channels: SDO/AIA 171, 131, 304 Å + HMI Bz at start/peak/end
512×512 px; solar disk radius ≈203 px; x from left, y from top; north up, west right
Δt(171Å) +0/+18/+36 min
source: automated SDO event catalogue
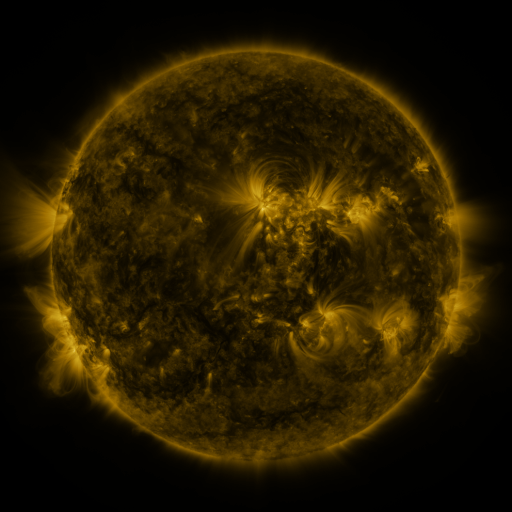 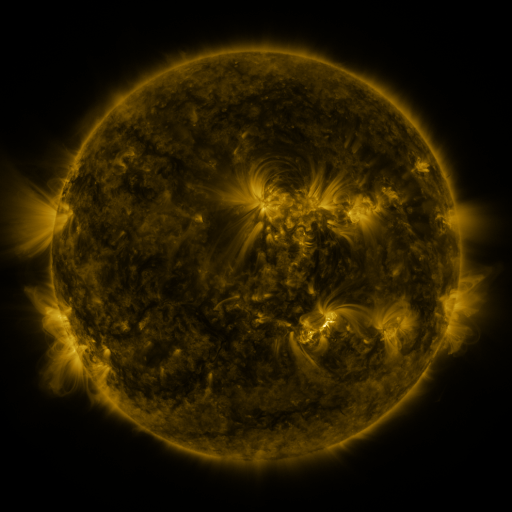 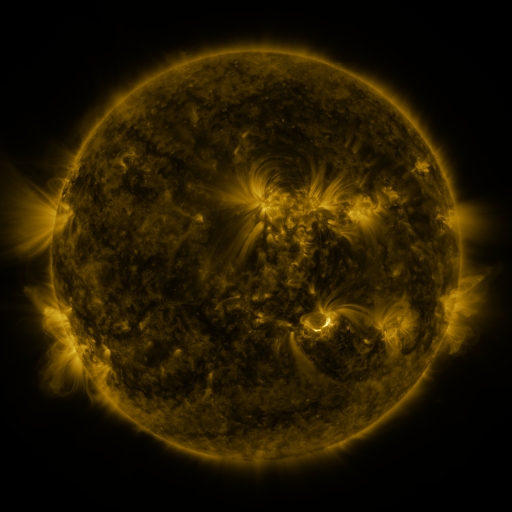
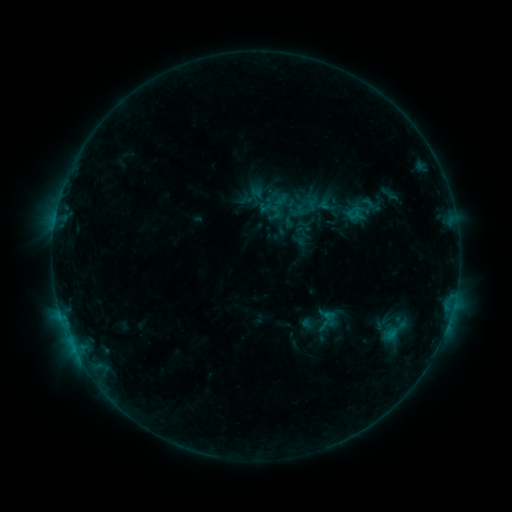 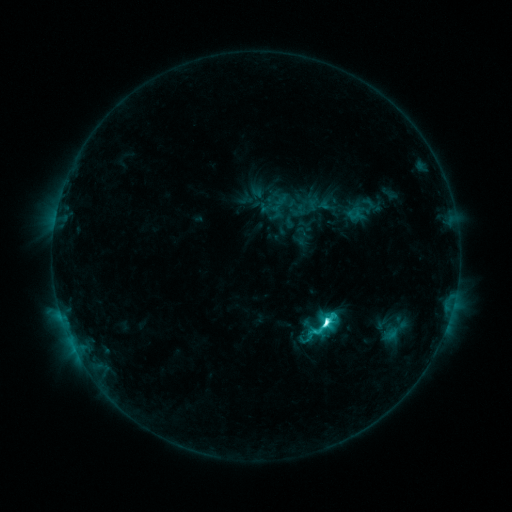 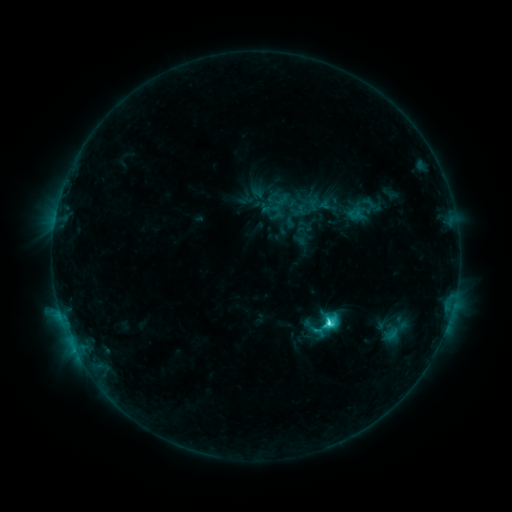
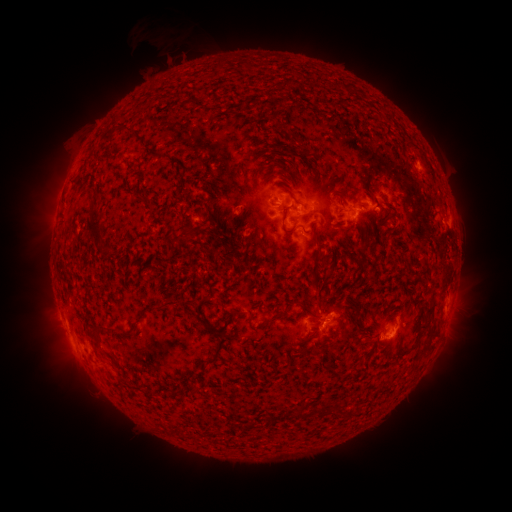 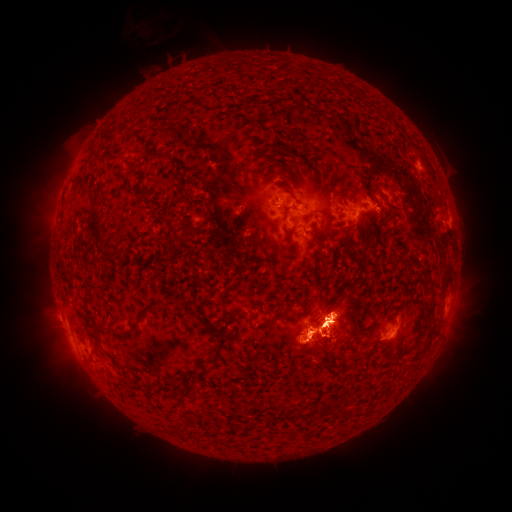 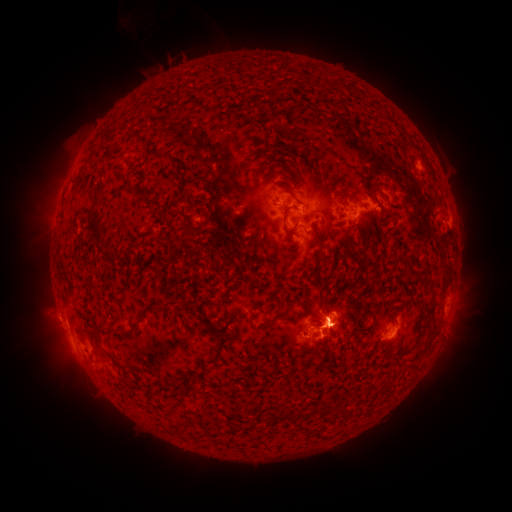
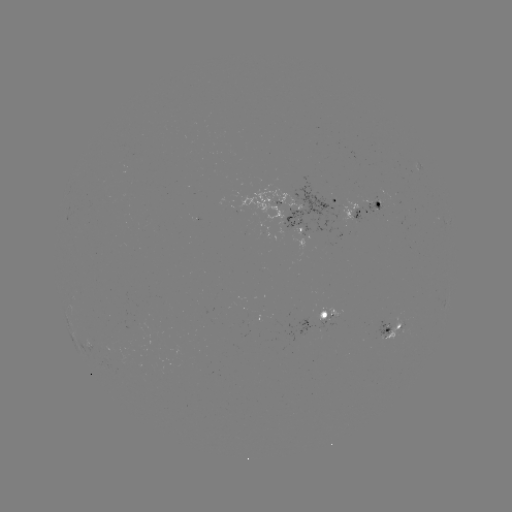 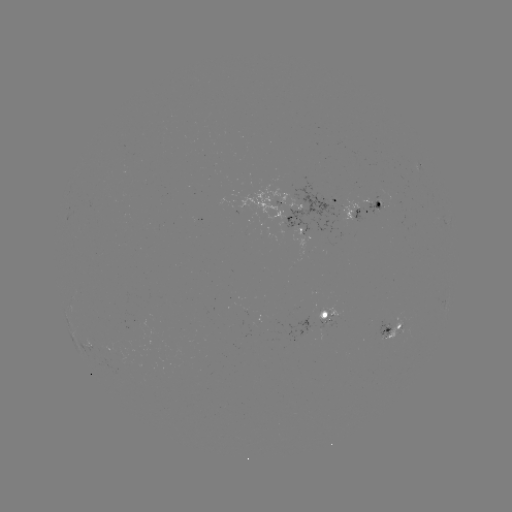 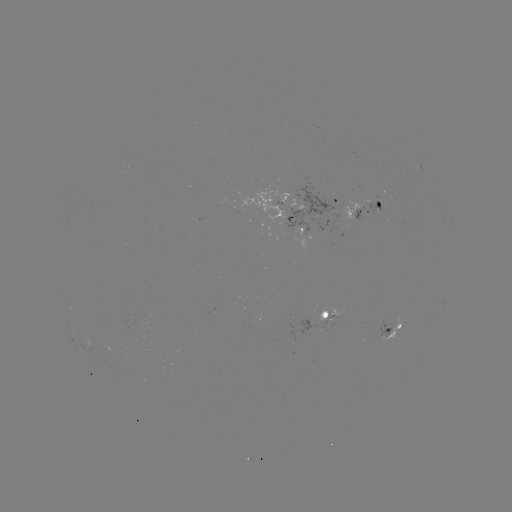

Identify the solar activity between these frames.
eruption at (320, 335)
